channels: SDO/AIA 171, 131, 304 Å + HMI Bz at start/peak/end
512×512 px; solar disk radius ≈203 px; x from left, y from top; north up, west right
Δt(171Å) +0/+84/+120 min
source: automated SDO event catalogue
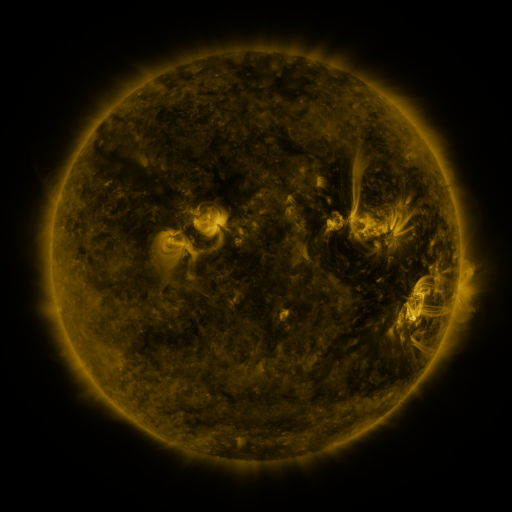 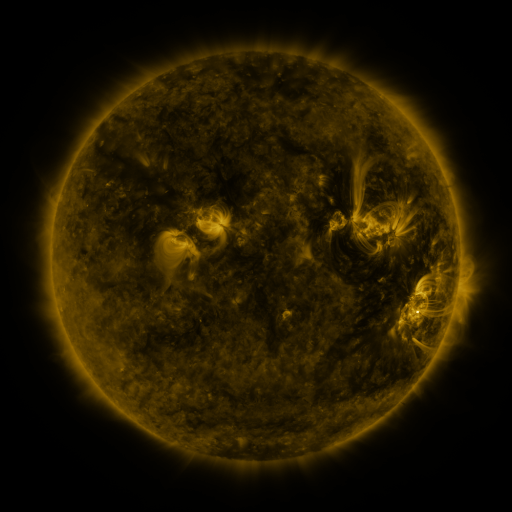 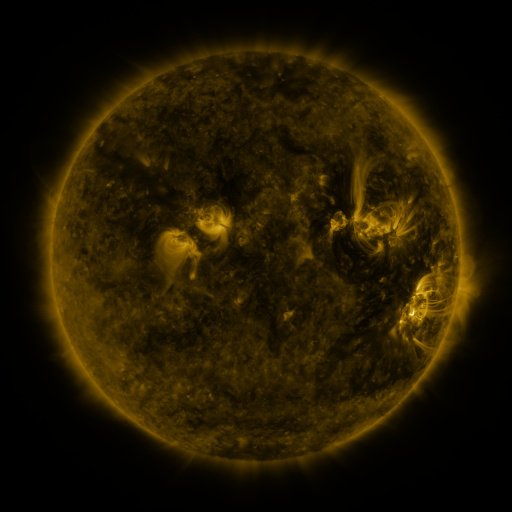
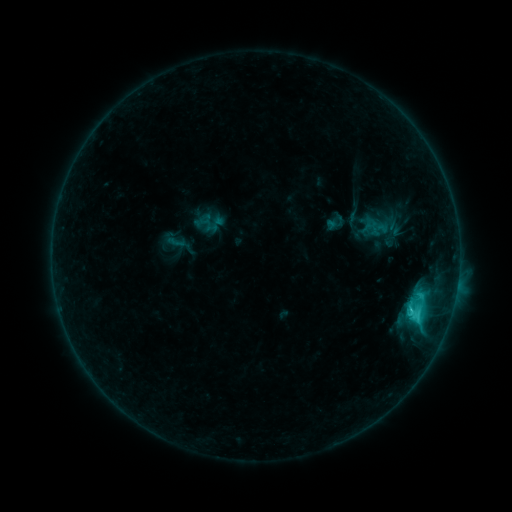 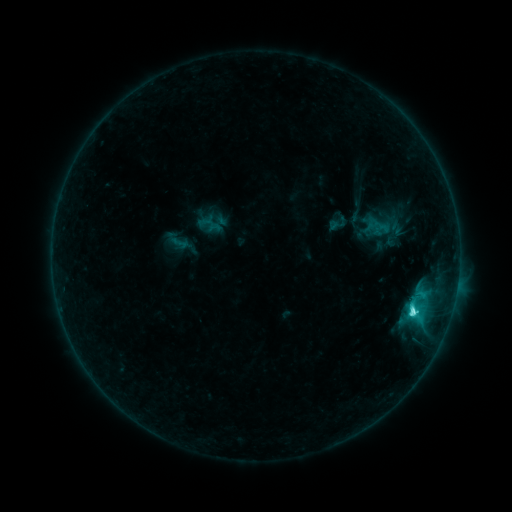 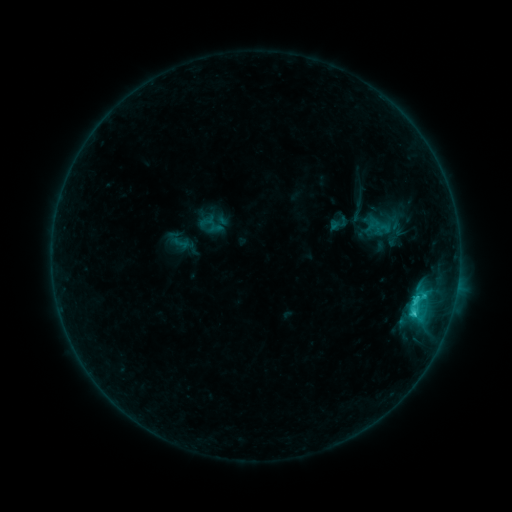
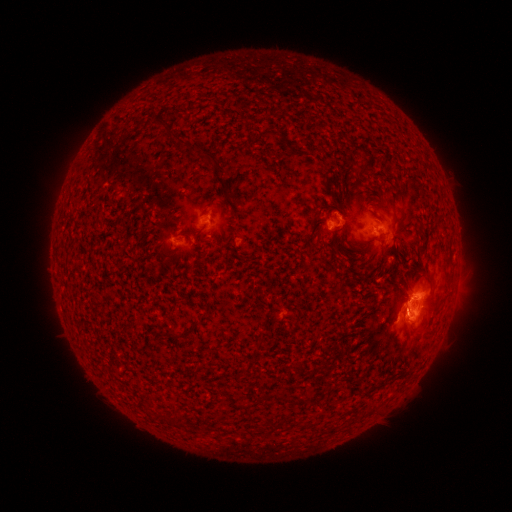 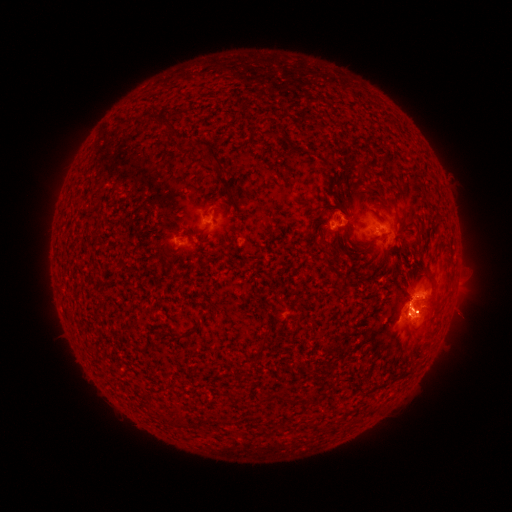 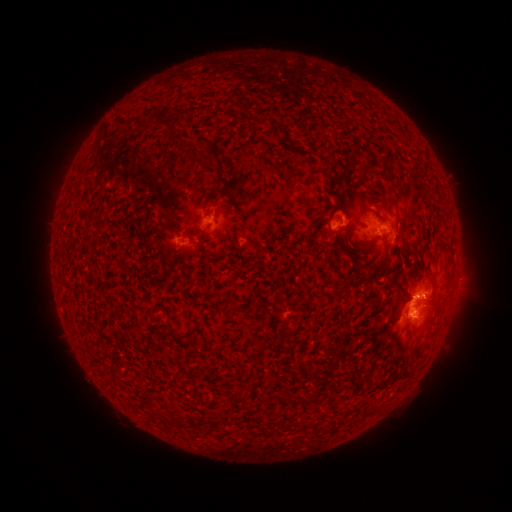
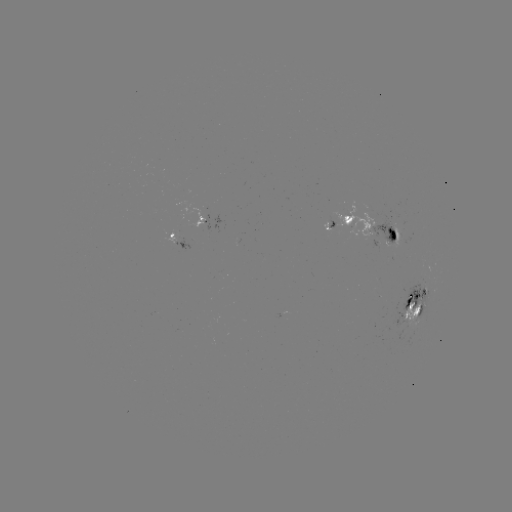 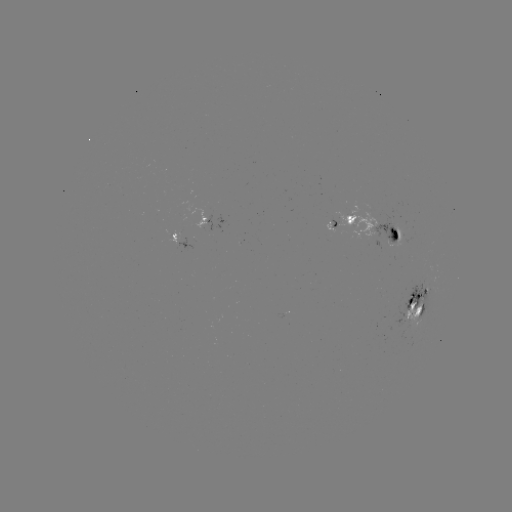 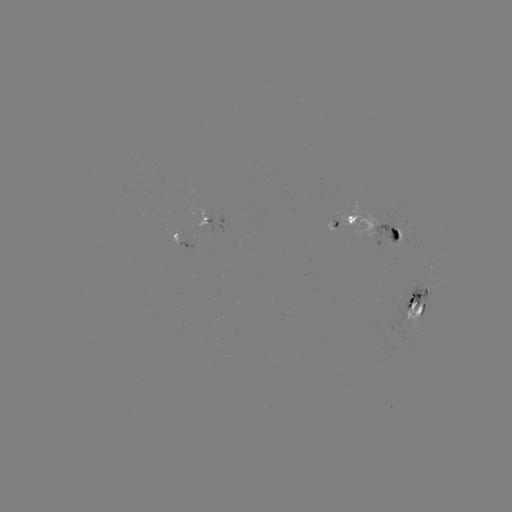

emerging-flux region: (178, 199, 209, 229)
